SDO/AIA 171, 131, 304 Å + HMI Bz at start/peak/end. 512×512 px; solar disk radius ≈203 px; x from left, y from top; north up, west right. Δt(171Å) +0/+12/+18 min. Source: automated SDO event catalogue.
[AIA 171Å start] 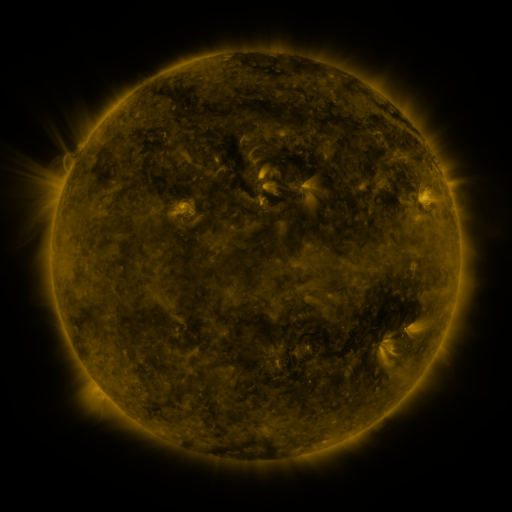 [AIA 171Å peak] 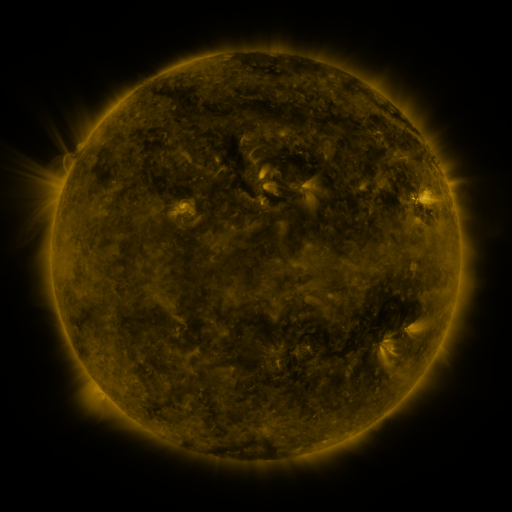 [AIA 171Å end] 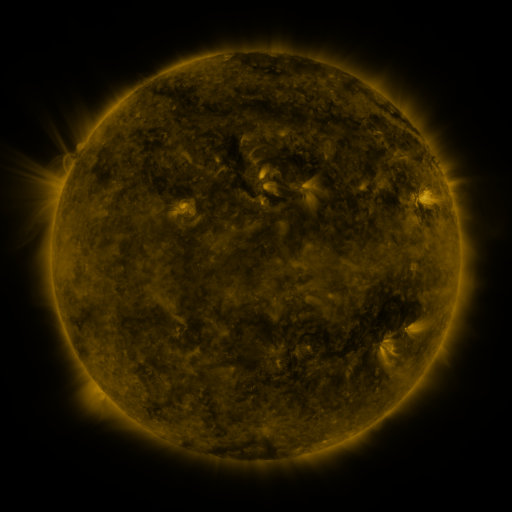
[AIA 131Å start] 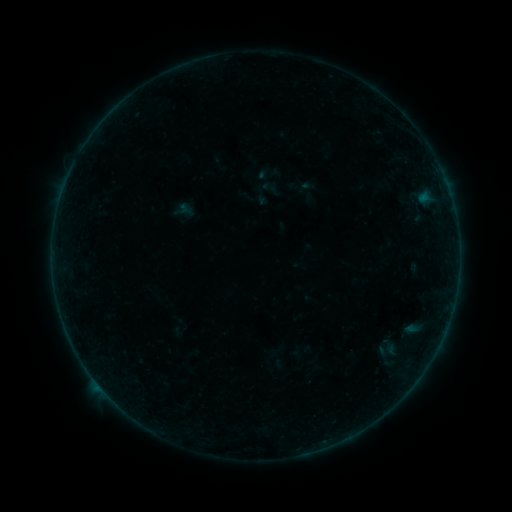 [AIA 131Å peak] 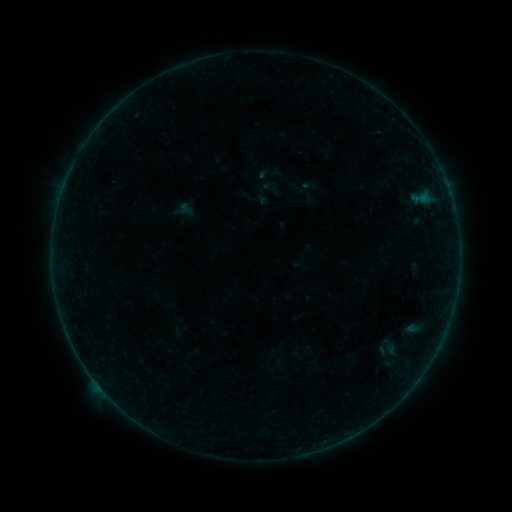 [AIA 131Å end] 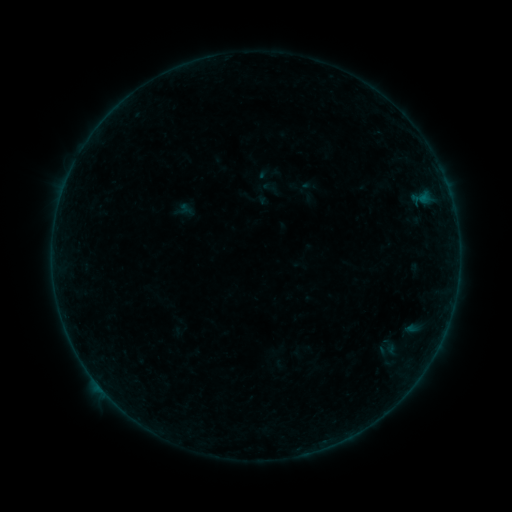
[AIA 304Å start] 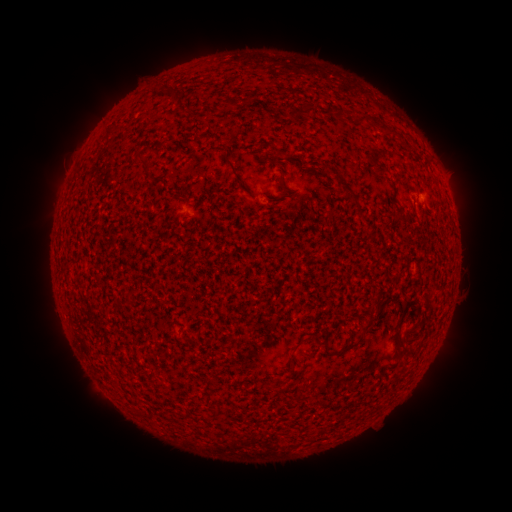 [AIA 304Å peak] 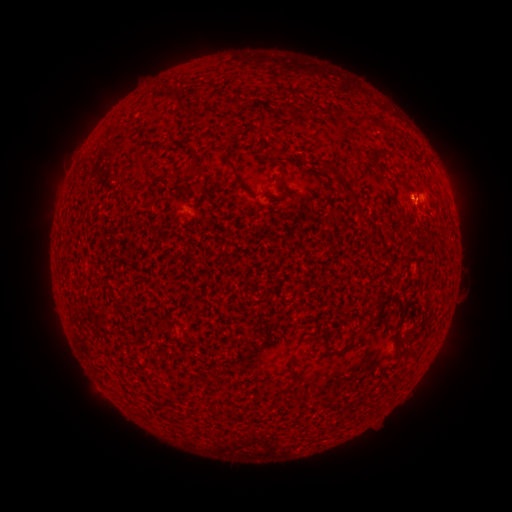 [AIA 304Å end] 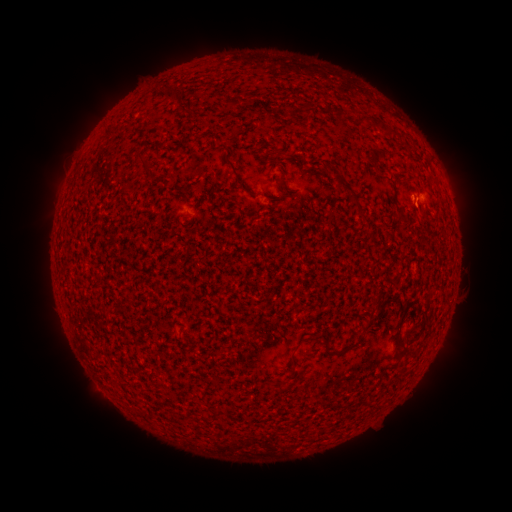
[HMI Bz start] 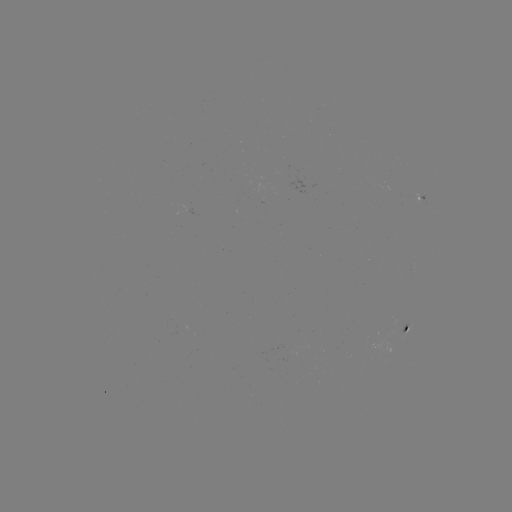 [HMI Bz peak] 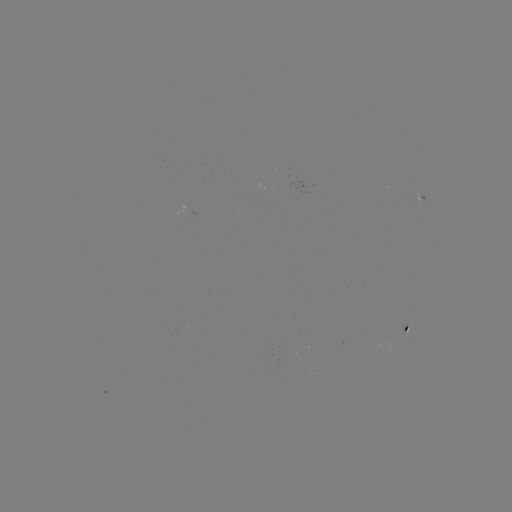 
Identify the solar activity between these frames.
B1.0 flare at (414, 199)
